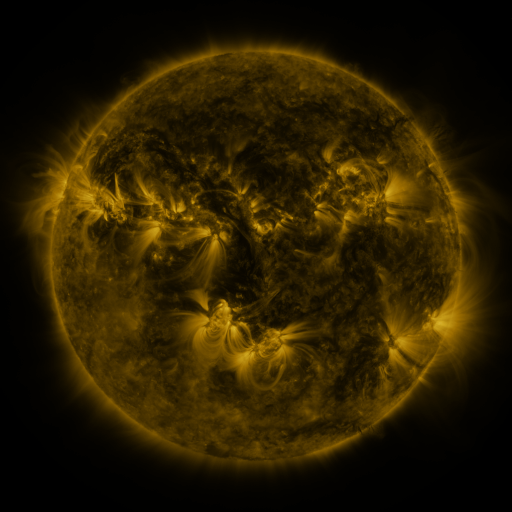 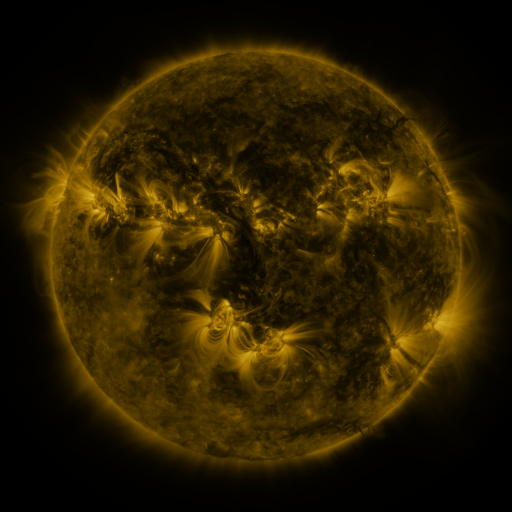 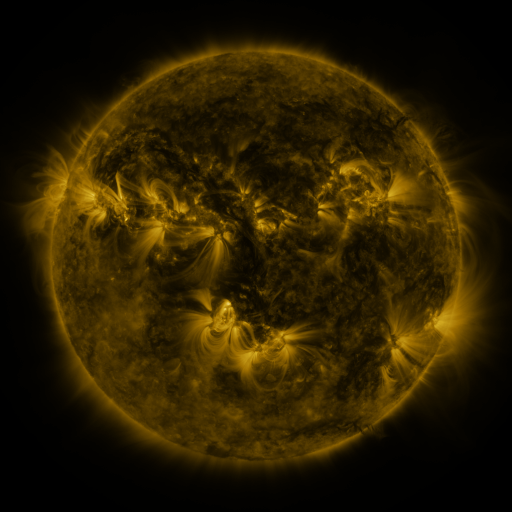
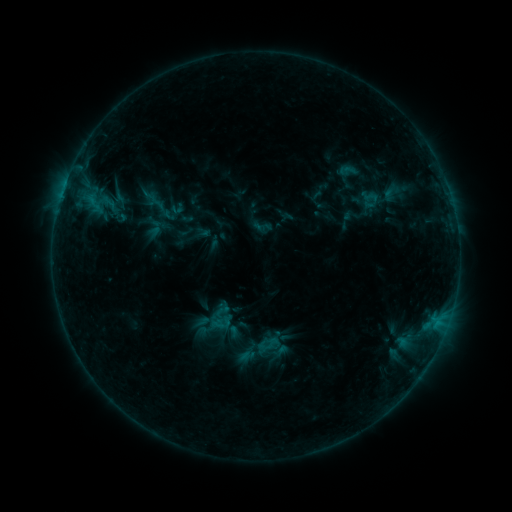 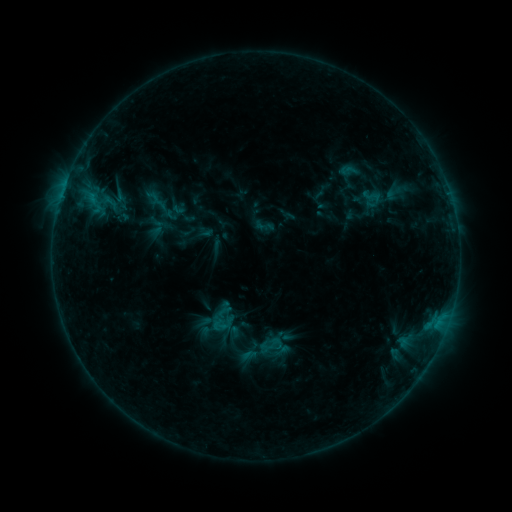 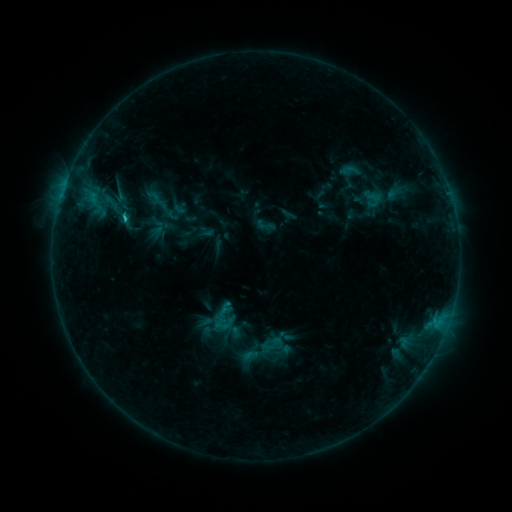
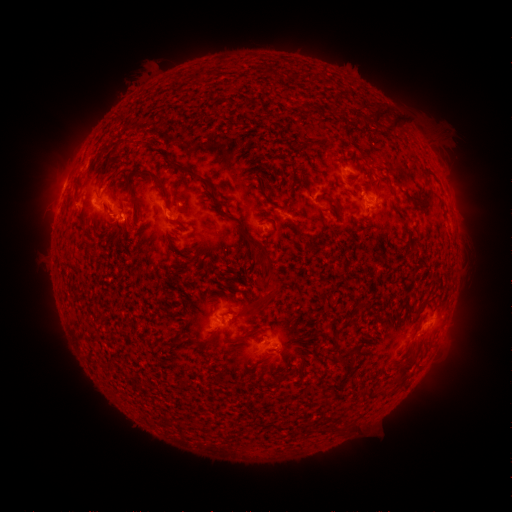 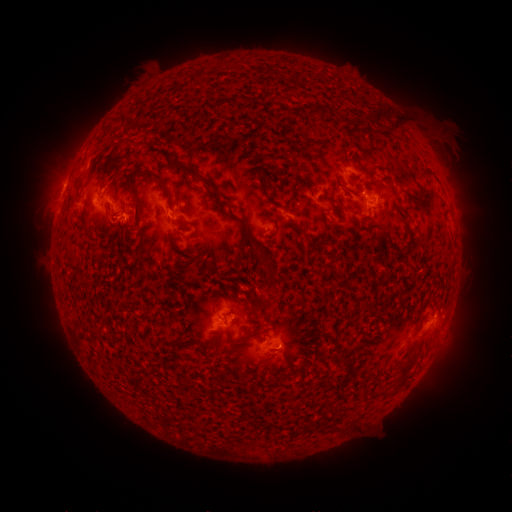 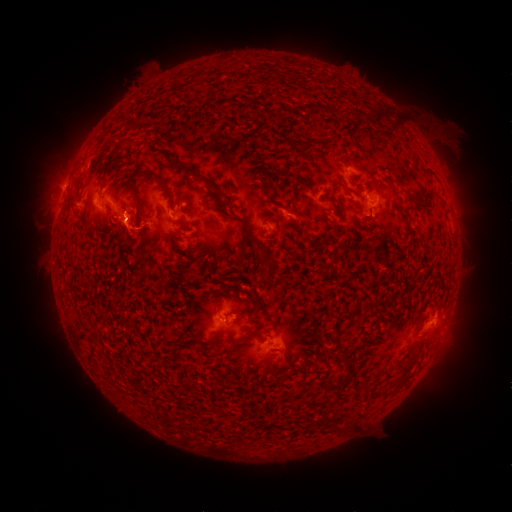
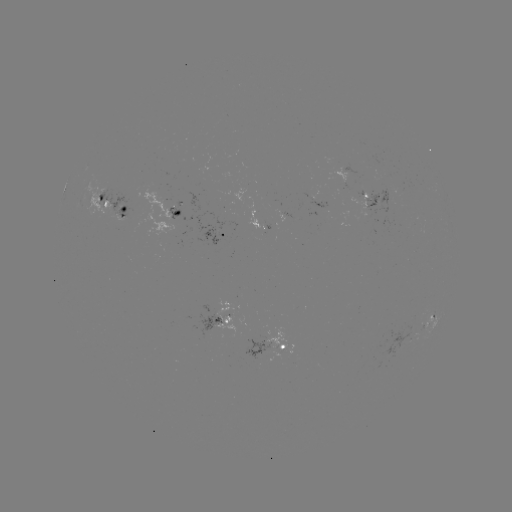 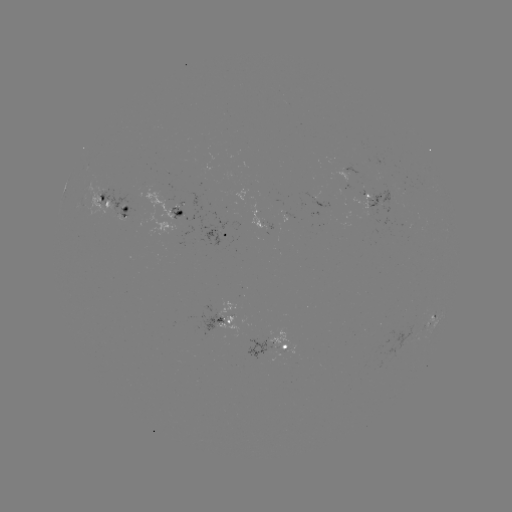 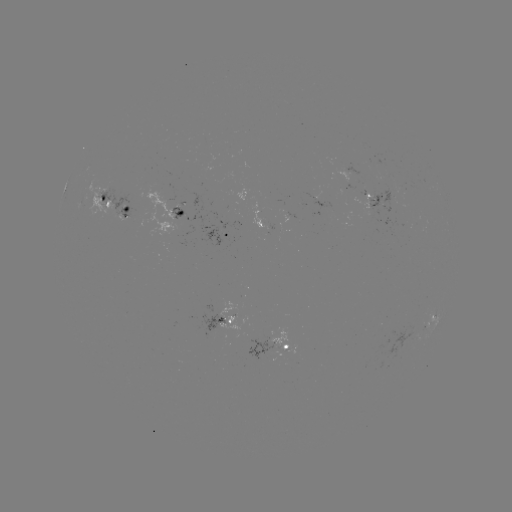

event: emerging-flux region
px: (275, 227)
